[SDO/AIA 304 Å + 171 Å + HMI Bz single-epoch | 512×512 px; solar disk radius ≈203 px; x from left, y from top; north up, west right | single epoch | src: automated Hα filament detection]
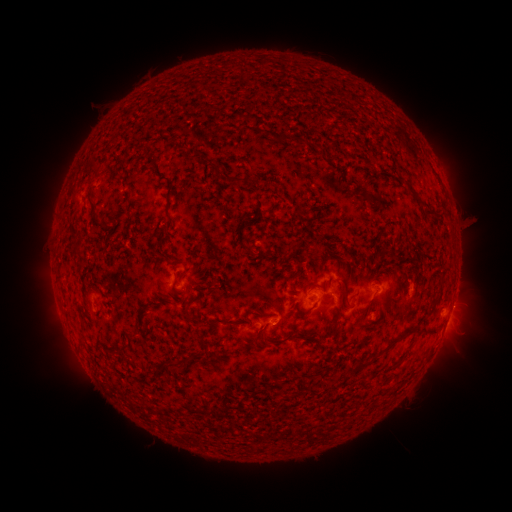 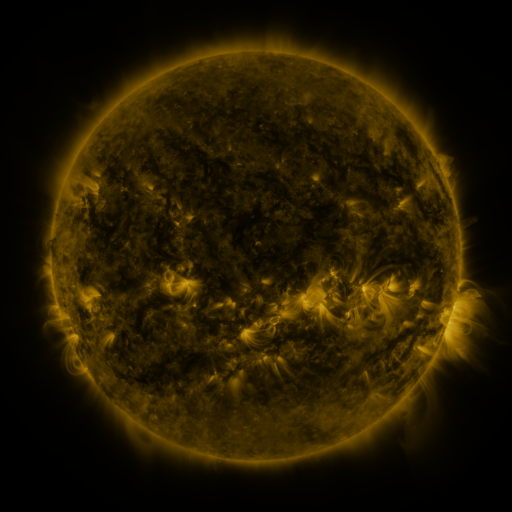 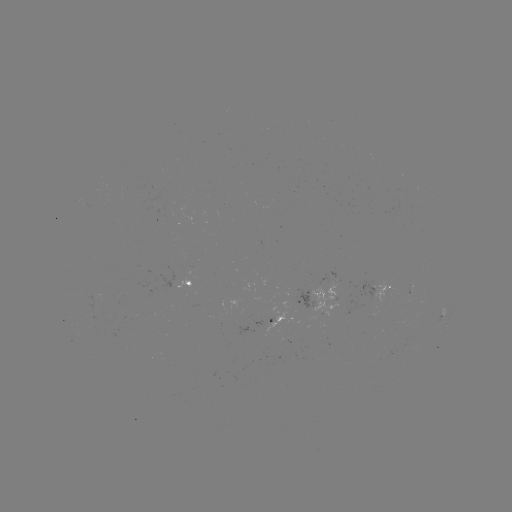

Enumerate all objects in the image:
filament: (295, 136, 305, 146)
filament: (227, 176, 243, 183)
filament: (166, 179, 174, 191)
filament: (165, 206, 174, 222)
filament: (424, 209, 436, 217)
filament: (339, 278, 349, 306)
filament: (291, 282, 297, 292)
filament: (213, 317, 239, 326)
filament: (330, 322, 343, 344)
filament: (253, 325, 265, 341)
filament: (388, 328, 433, 346)
filament: (126, 330, 137, 338)
filament: (287, 333, 304, 340)
filament: (312, 337, 320, 347)
filament: (167, 356, 179, 368)
filament: (353, 359, 373, 372)
